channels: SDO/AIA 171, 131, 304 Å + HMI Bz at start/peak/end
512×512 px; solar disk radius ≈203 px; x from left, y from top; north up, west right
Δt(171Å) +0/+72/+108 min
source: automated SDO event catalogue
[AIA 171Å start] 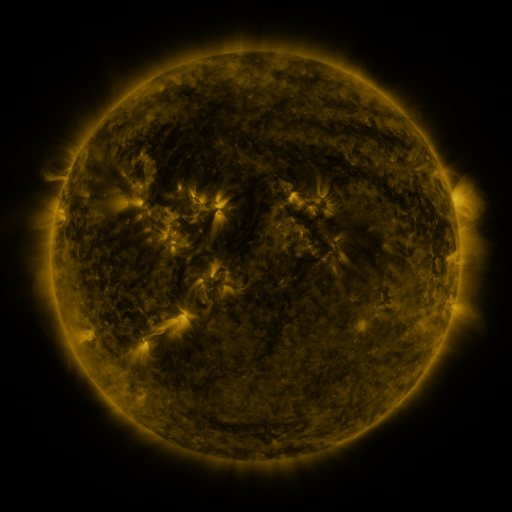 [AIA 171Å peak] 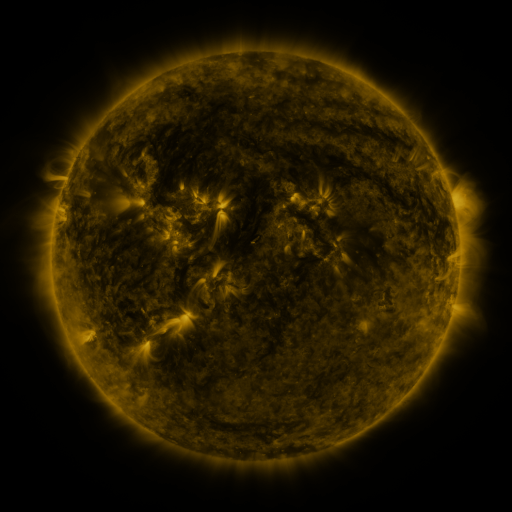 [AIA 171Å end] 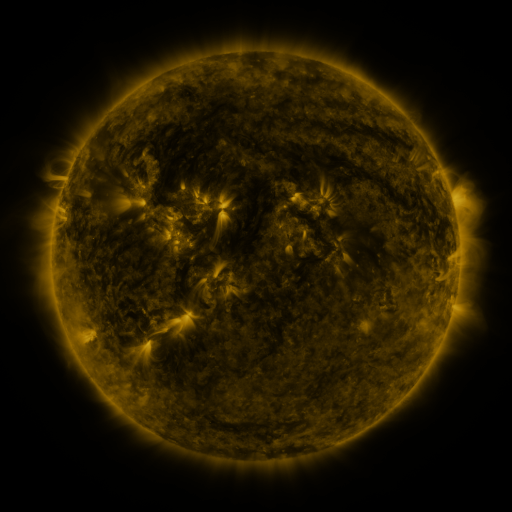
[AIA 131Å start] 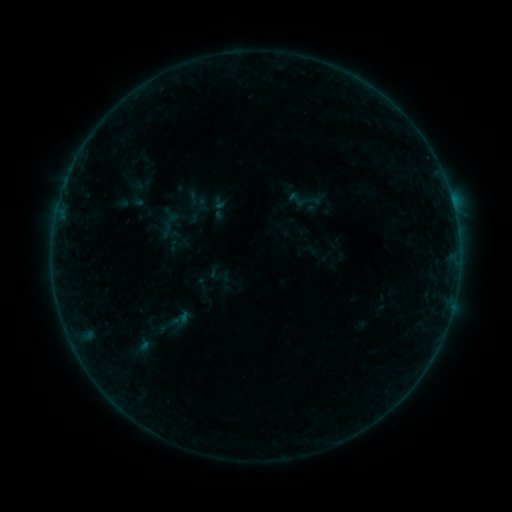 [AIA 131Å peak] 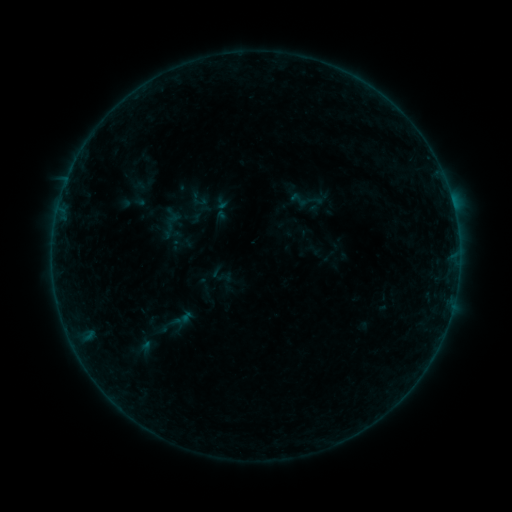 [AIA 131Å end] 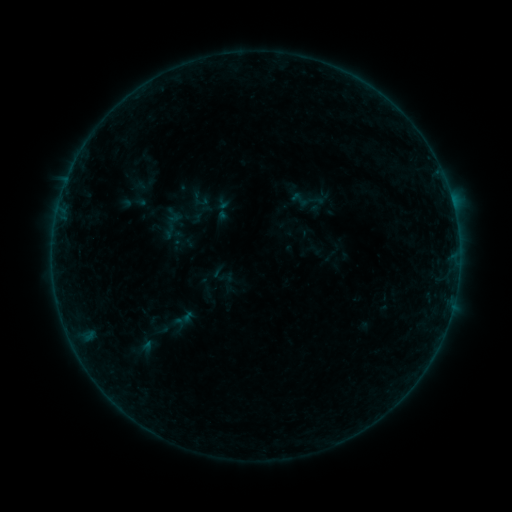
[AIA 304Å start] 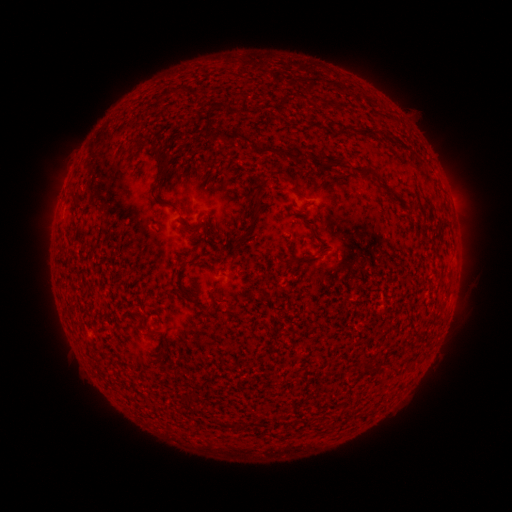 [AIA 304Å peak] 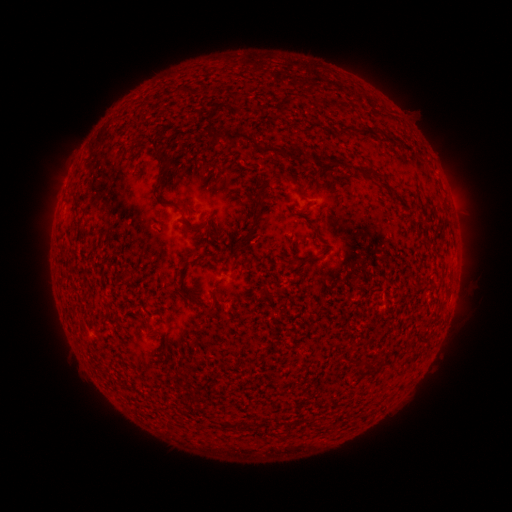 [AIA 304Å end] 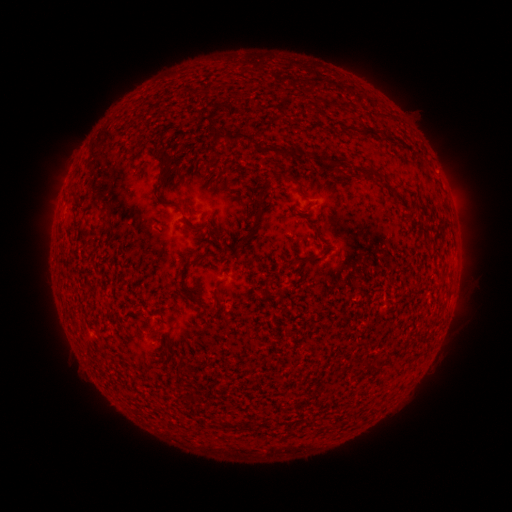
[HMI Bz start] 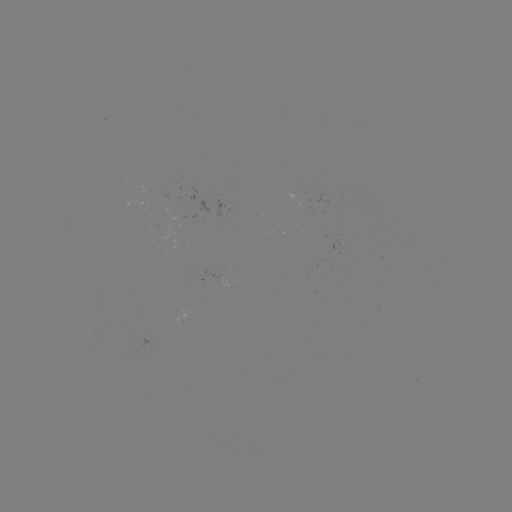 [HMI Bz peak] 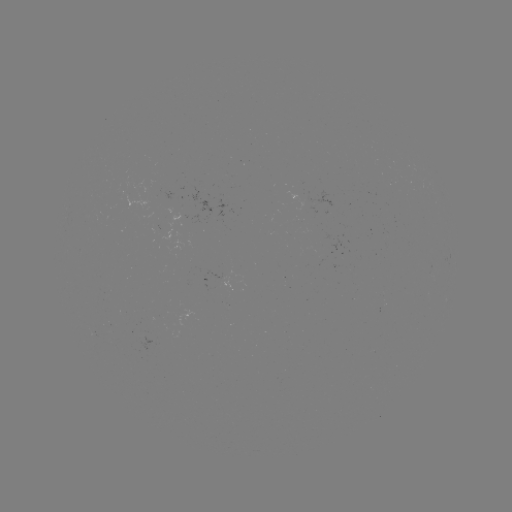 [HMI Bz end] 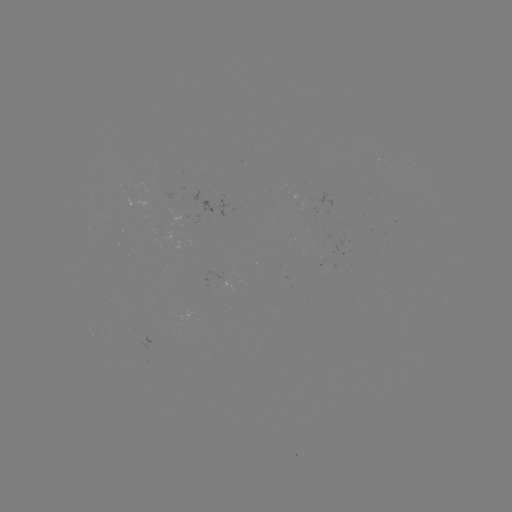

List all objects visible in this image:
emerging-flux region: (216, 284)
